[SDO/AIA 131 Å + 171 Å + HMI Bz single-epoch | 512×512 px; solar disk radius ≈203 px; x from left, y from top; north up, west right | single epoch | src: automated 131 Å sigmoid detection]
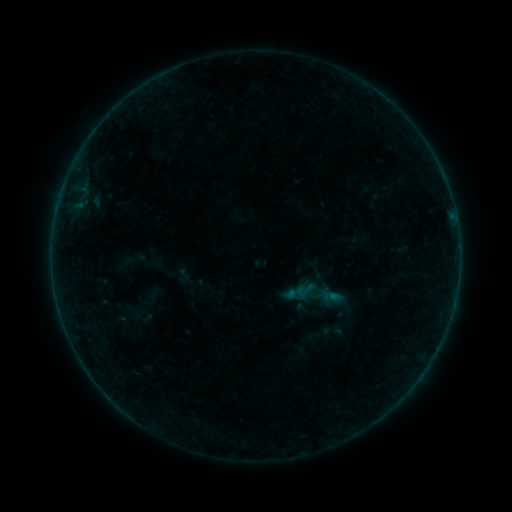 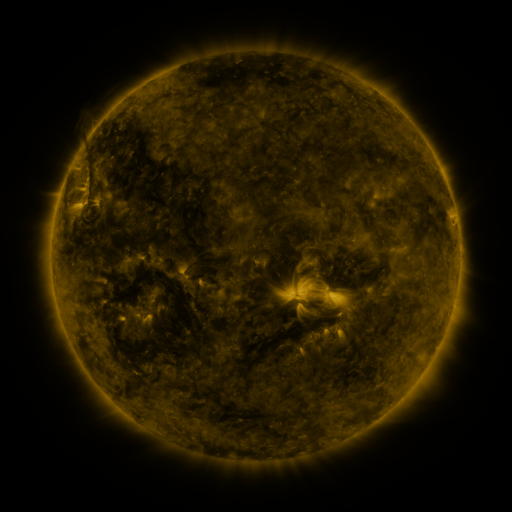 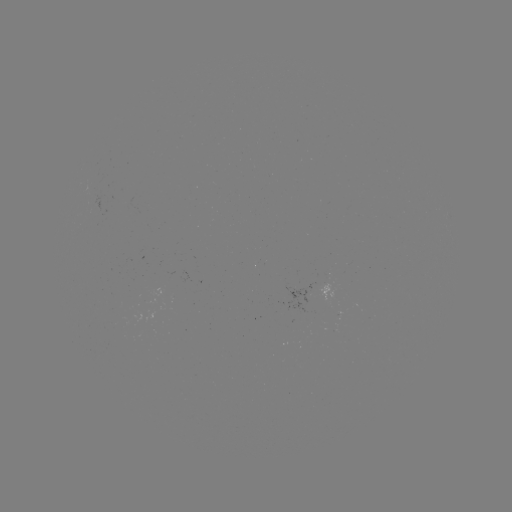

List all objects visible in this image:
sigmoid: (316, 270)
sigmoid: (305, 290)
